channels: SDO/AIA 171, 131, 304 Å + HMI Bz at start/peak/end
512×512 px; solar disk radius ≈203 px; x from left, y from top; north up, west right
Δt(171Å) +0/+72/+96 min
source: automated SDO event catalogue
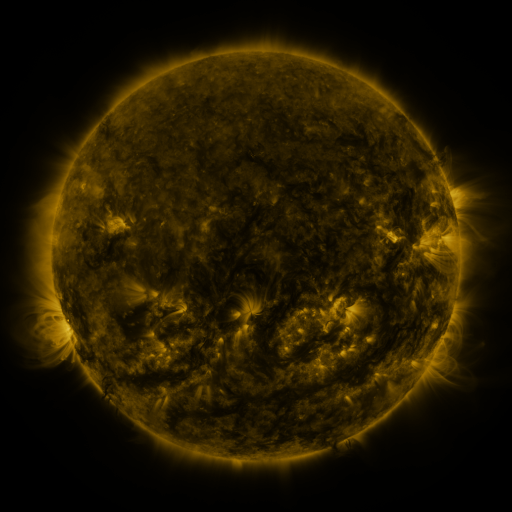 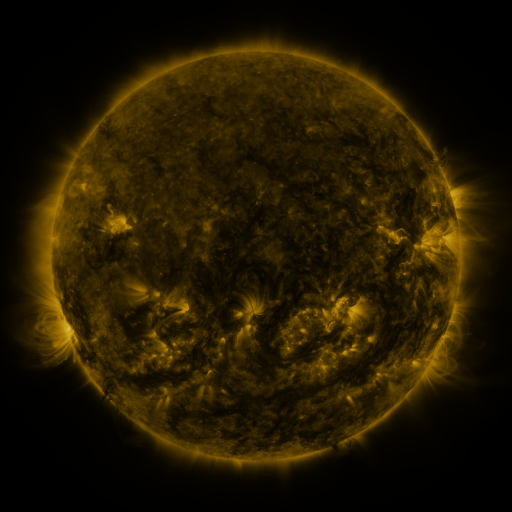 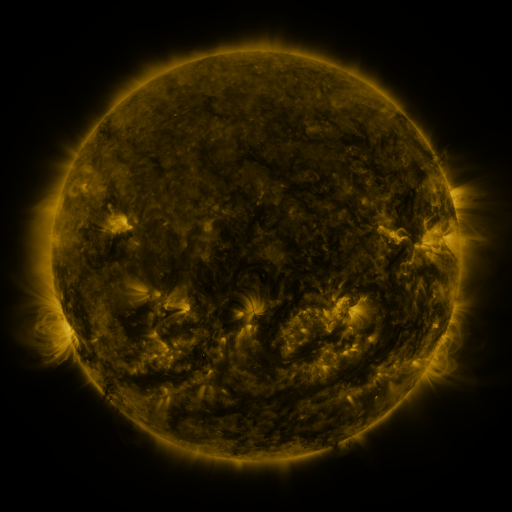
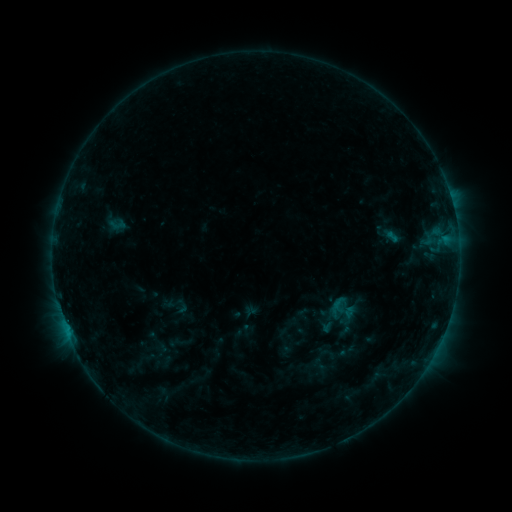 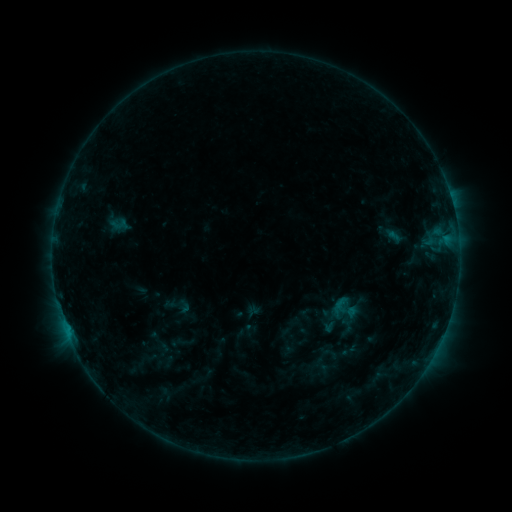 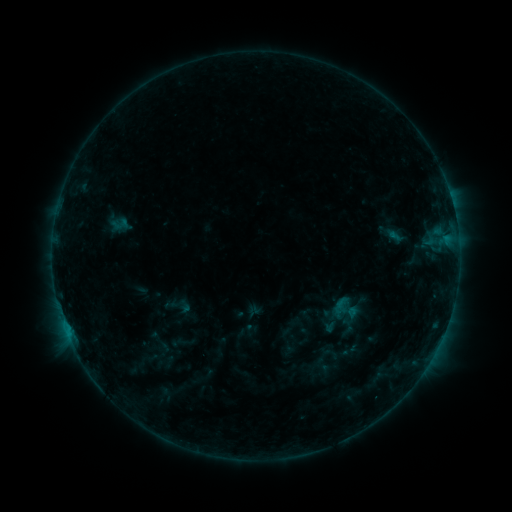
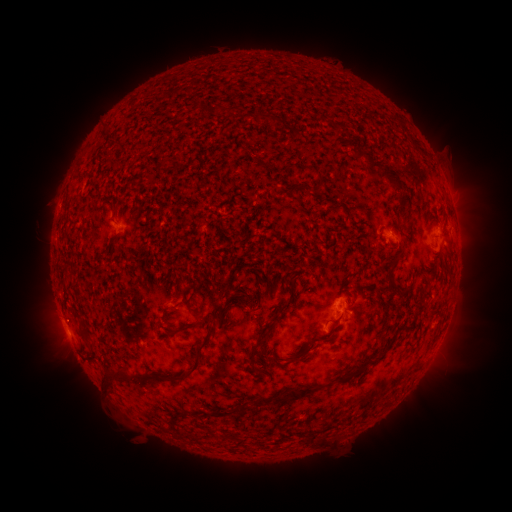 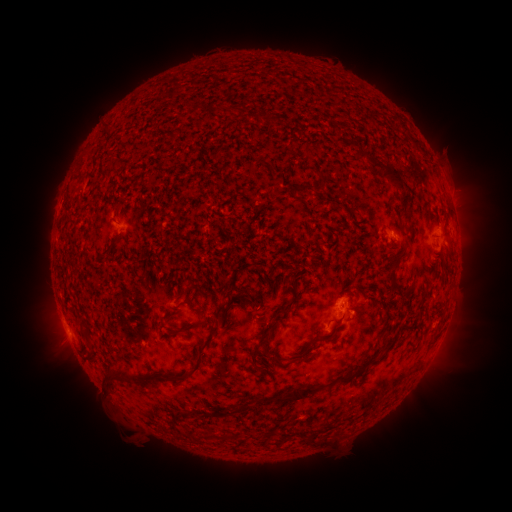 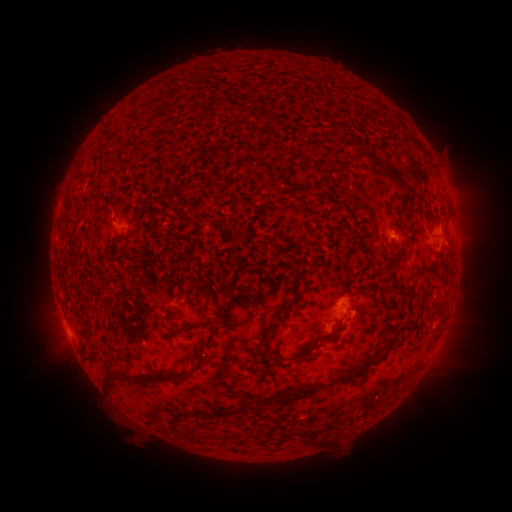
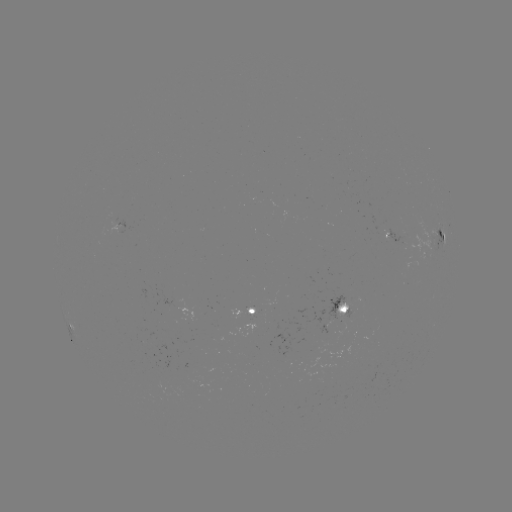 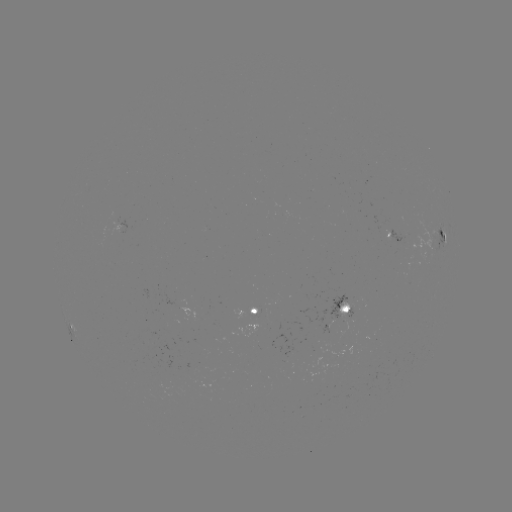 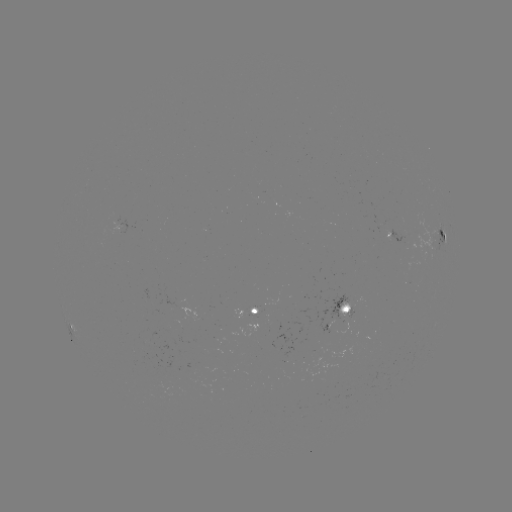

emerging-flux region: [329, 294, 354, 319]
